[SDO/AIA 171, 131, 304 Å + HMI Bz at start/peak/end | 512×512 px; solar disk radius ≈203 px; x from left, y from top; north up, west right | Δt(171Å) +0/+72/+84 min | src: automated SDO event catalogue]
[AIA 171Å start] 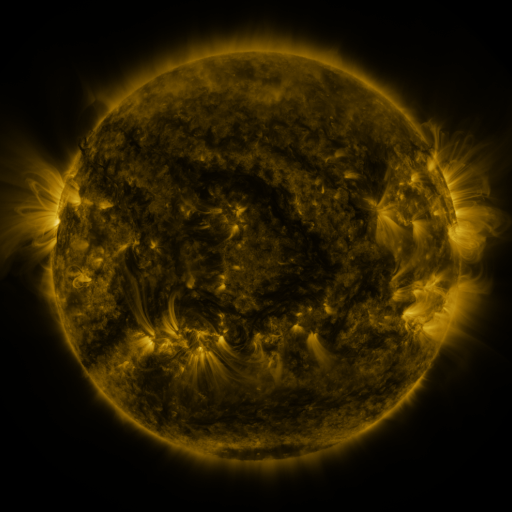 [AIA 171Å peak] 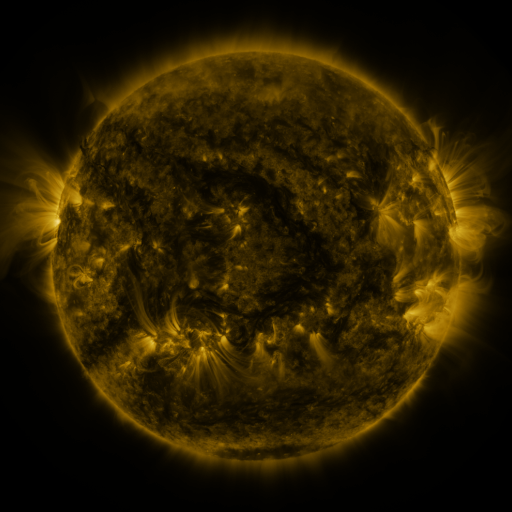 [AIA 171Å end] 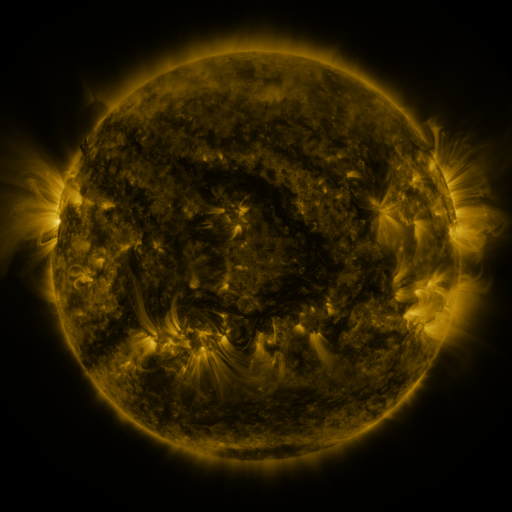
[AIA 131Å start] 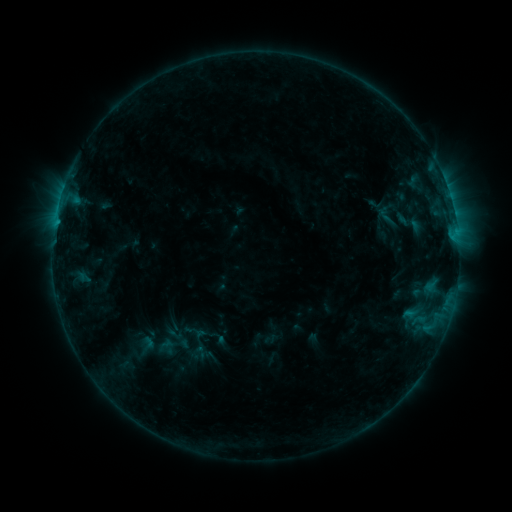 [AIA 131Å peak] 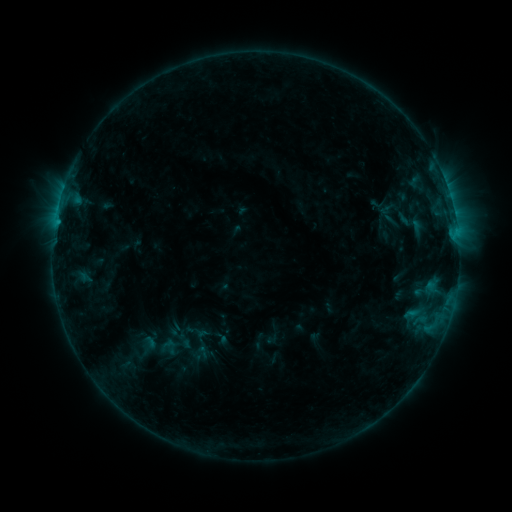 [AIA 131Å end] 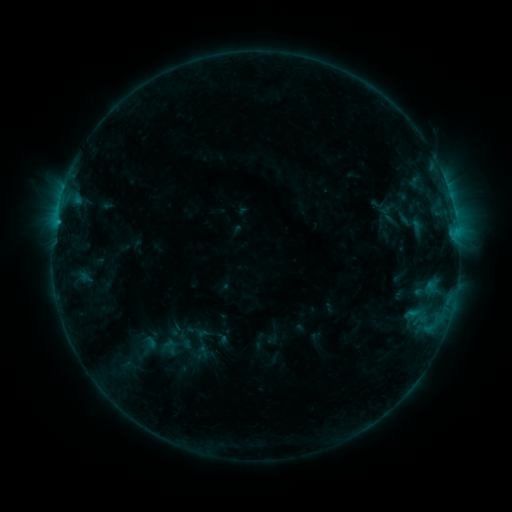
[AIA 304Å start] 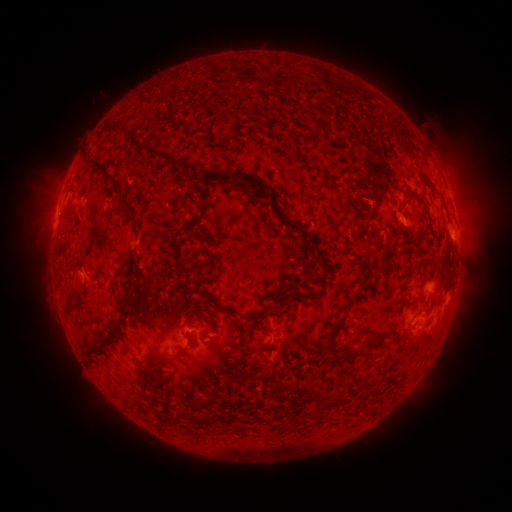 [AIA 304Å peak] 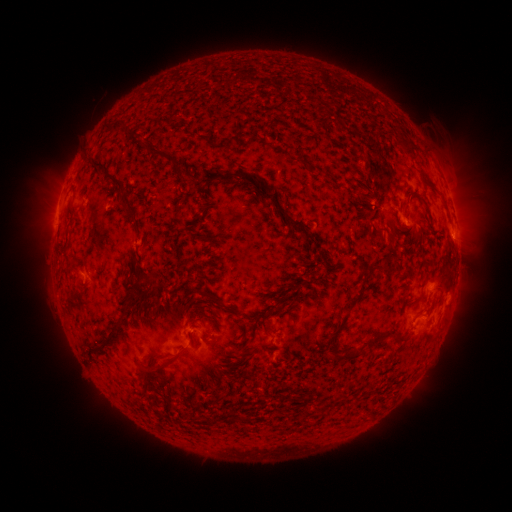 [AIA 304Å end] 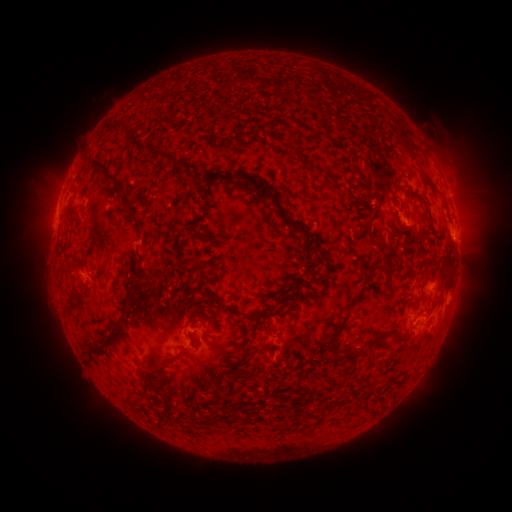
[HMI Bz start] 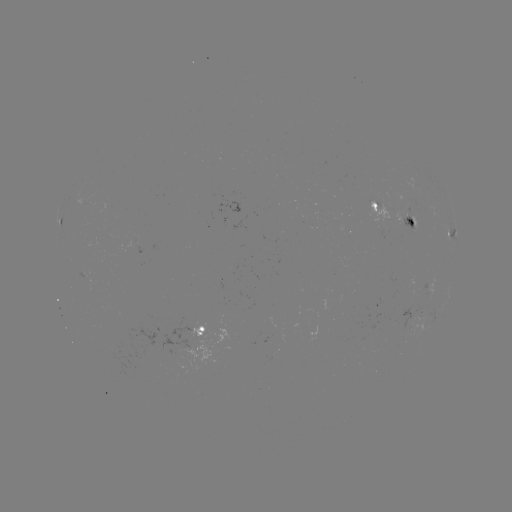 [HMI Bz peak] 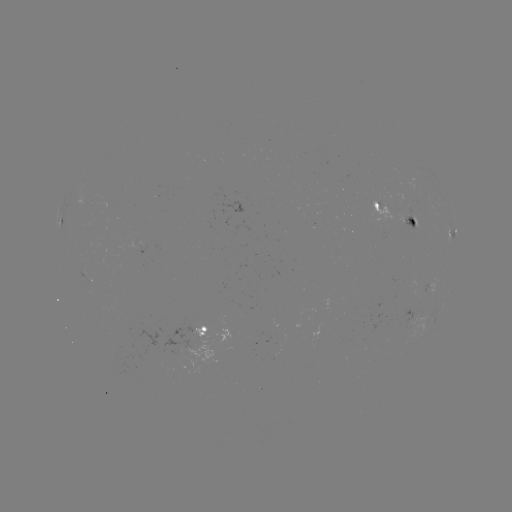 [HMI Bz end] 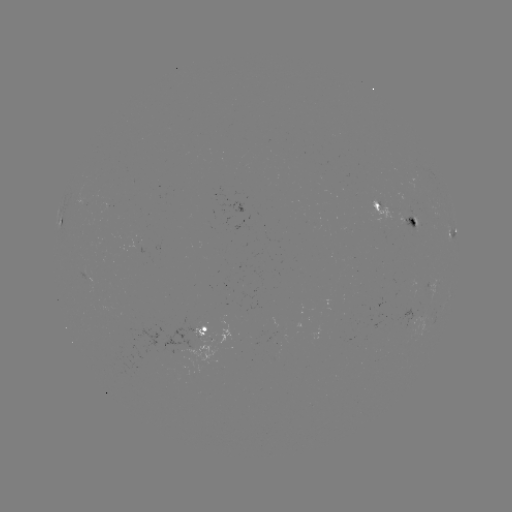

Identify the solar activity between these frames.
emerging-flux region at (86, 272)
